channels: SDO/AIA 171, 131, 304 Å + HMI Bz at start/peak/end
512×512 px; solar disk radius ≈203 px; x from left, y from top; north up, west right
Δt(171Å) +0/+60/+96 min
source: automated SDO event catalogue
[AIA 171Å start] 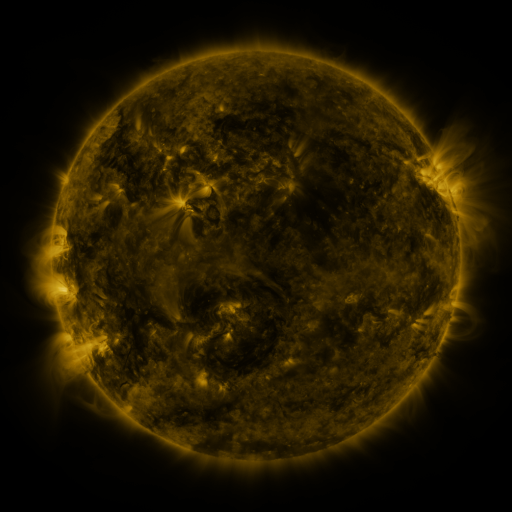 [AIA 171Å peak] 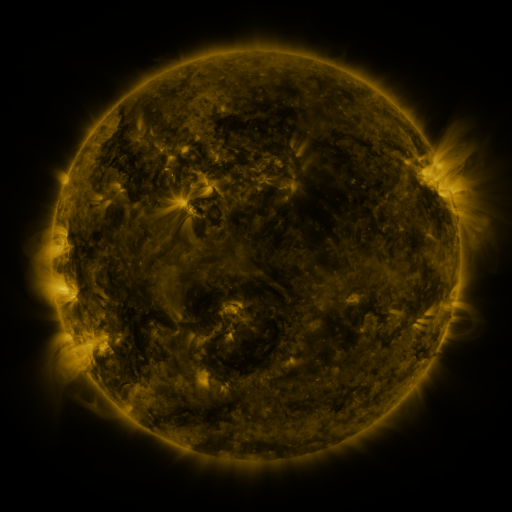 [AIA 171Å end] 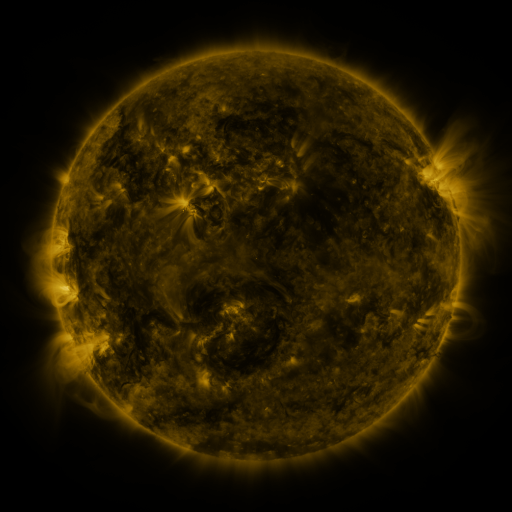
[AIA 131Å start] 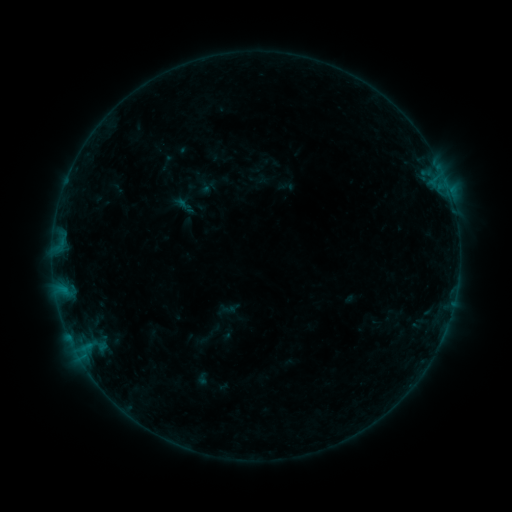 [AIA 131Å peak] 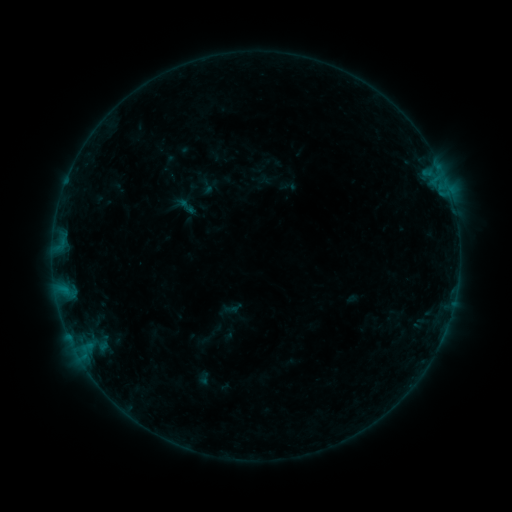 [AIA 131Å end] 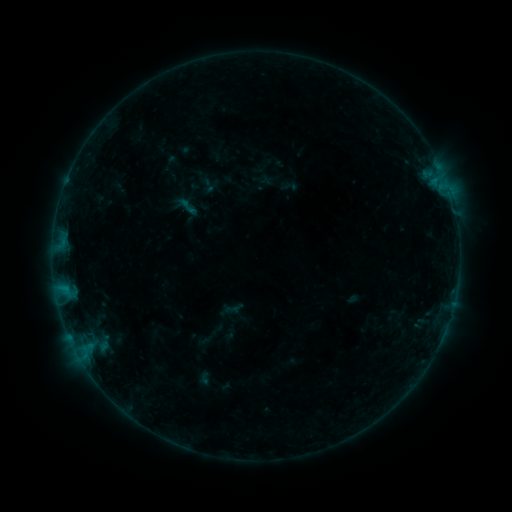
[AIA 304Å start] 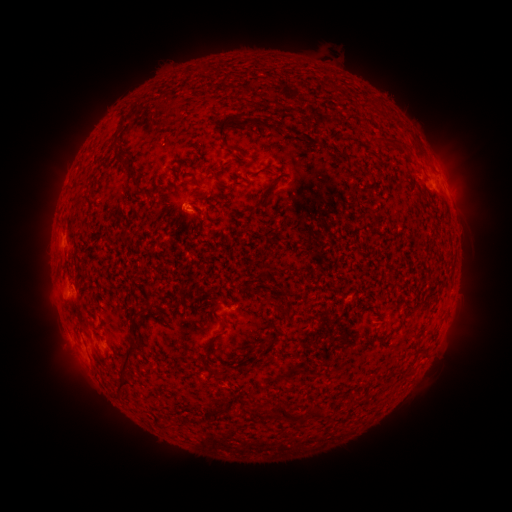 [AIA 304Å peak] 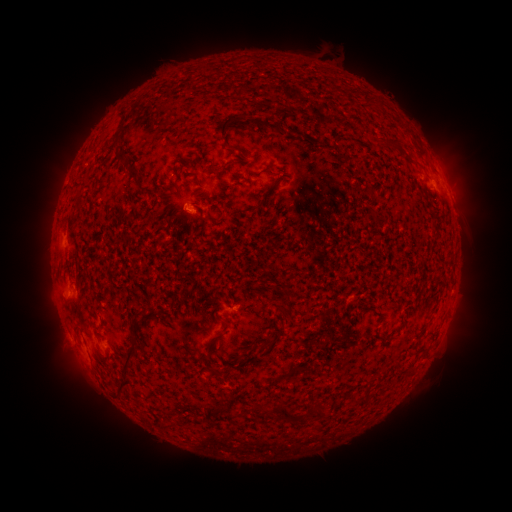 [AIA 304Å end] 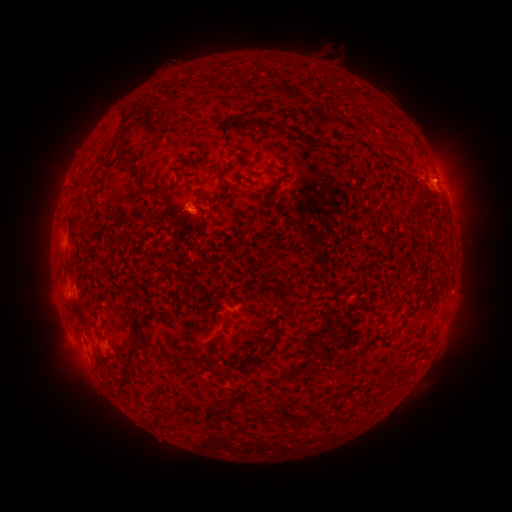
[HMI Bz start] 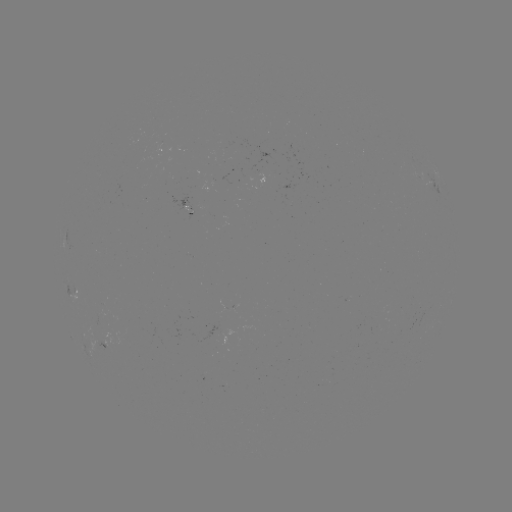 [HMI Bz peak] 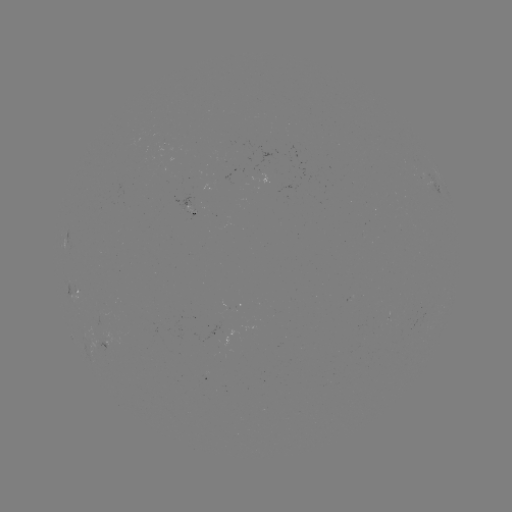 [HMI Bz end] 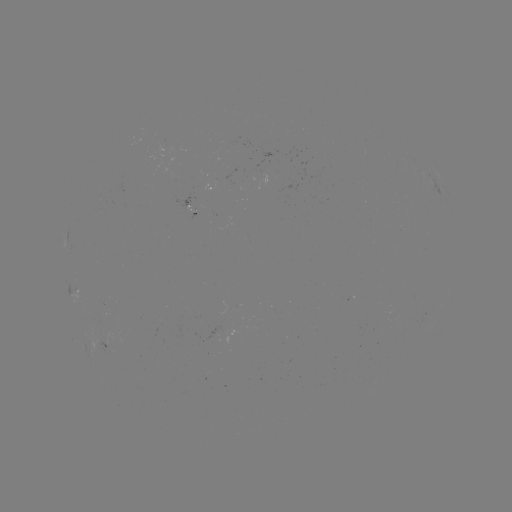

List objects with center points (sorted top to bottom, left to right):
emerging-flux region: (167, 144)
